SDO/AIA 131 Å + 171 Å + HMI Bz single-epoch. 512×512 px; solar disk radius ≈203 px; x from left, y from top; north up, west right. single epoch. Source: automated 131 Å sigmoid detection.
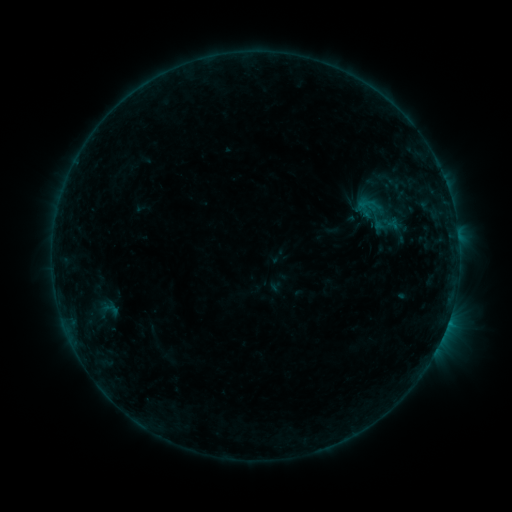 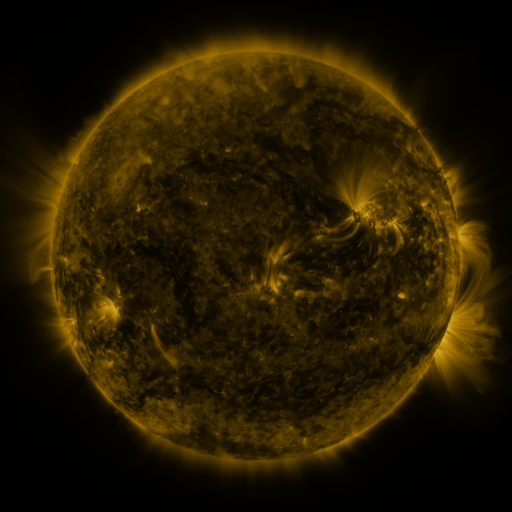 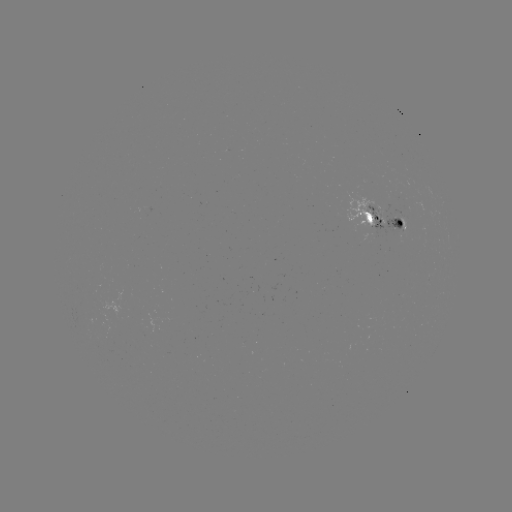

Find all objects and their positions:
sigmoid: (376, 213)
